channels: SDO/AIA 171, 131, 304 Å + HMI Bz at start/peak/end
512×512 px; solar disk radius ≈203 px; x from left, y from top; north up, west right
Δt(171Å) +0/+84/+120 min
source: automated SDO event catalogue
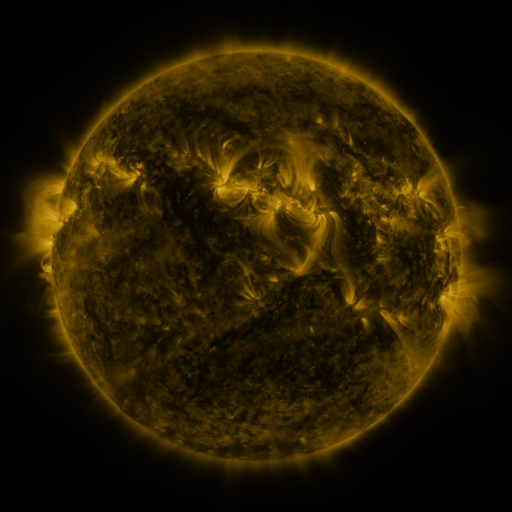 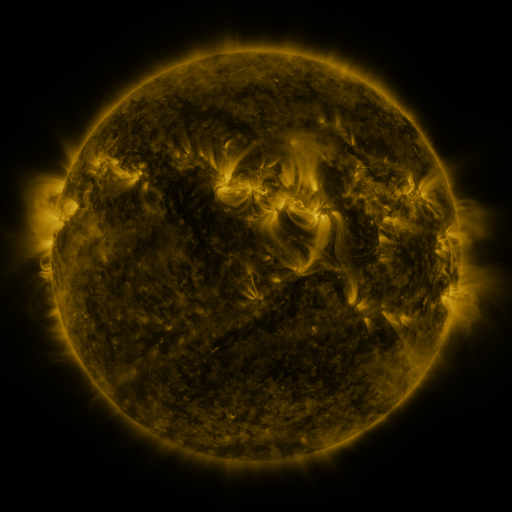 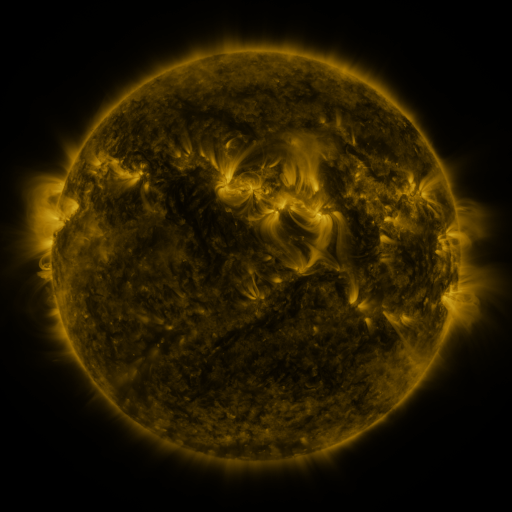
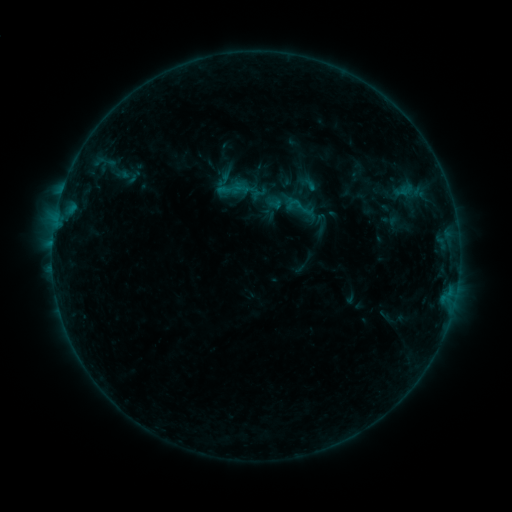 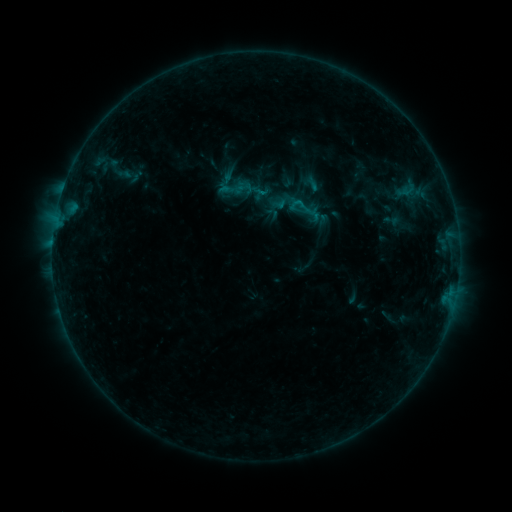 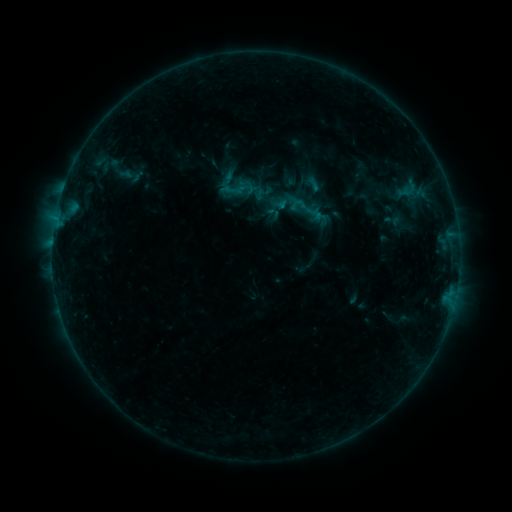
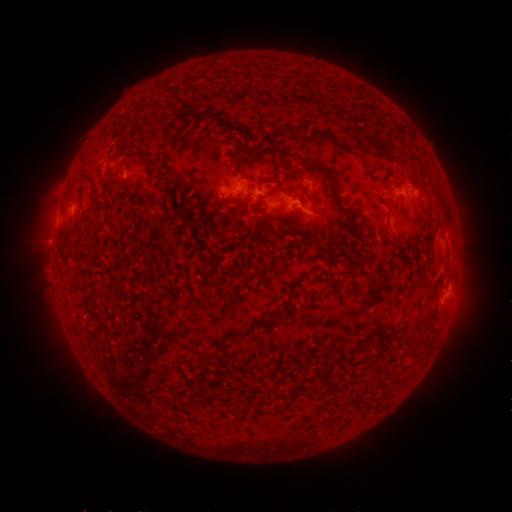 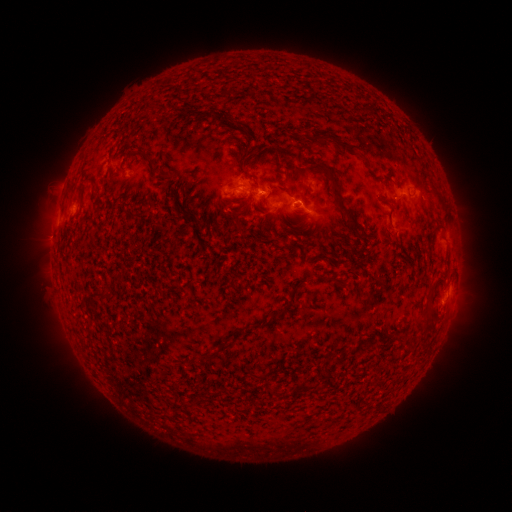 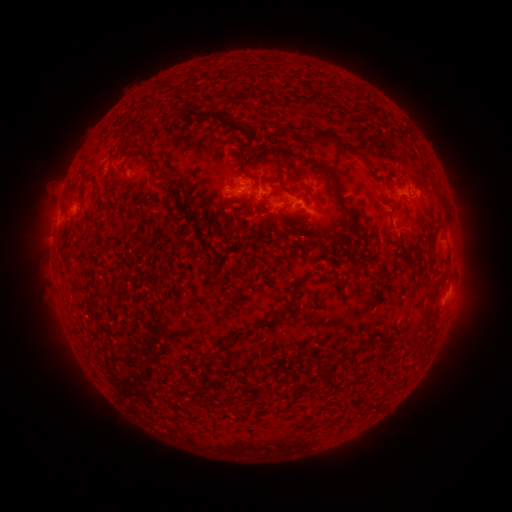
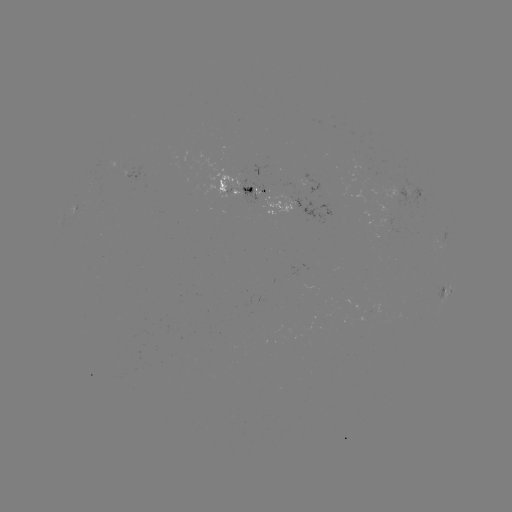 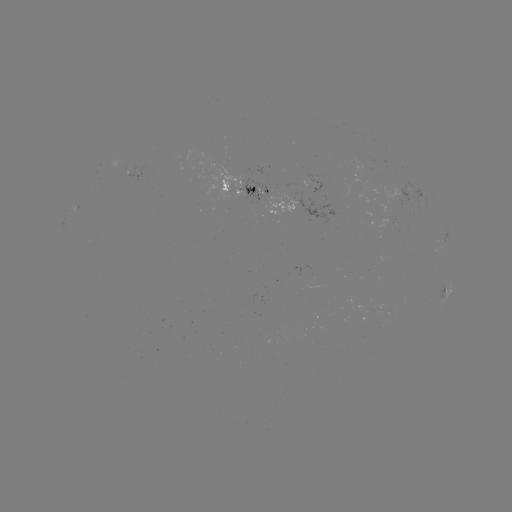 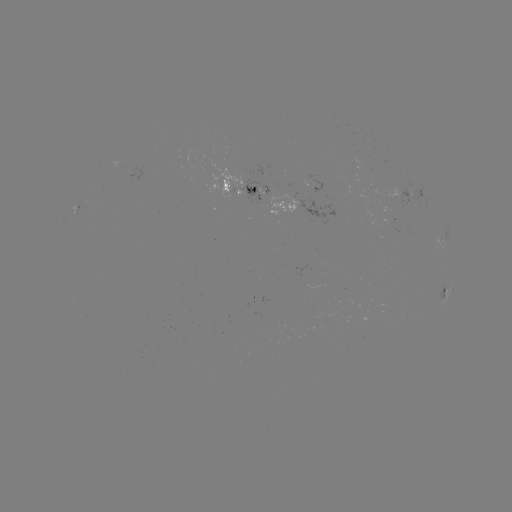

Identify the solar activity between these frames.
emerging-flux region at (408, 192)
